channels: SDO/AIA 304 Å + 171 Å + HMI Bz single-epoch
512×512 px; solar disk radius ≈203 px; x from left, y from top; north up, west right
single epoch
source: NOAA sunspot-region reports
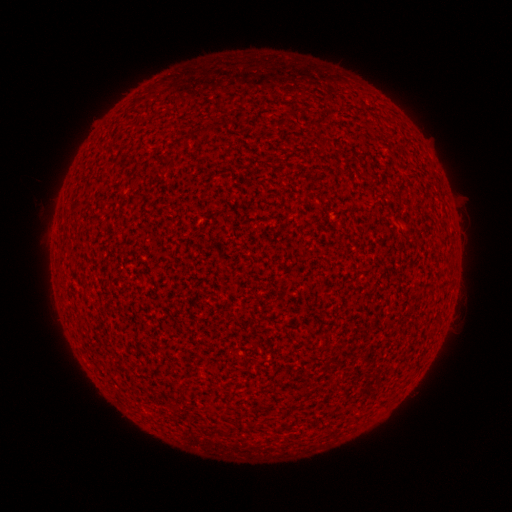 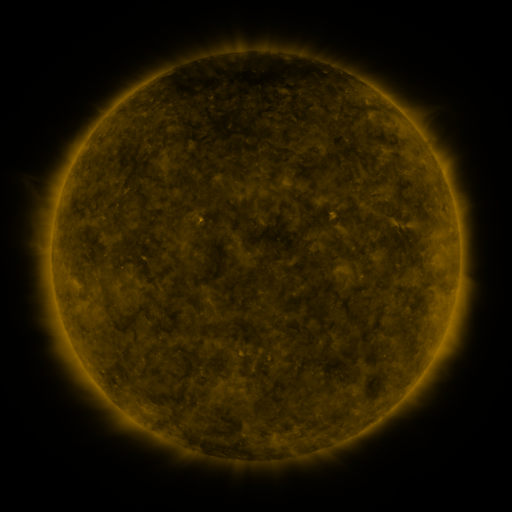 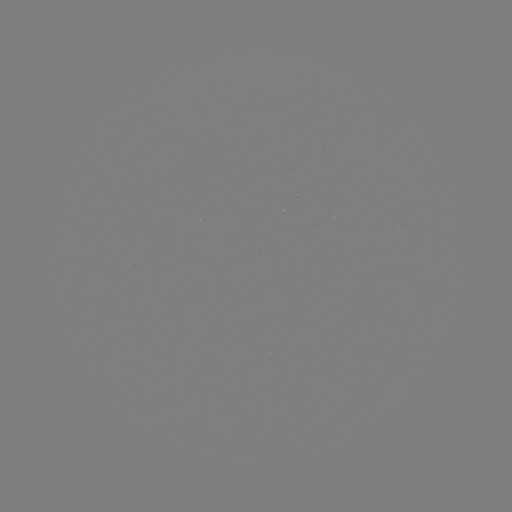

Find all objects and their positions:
(none)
